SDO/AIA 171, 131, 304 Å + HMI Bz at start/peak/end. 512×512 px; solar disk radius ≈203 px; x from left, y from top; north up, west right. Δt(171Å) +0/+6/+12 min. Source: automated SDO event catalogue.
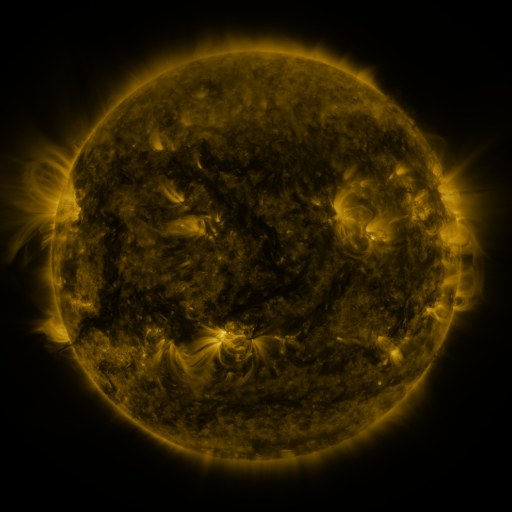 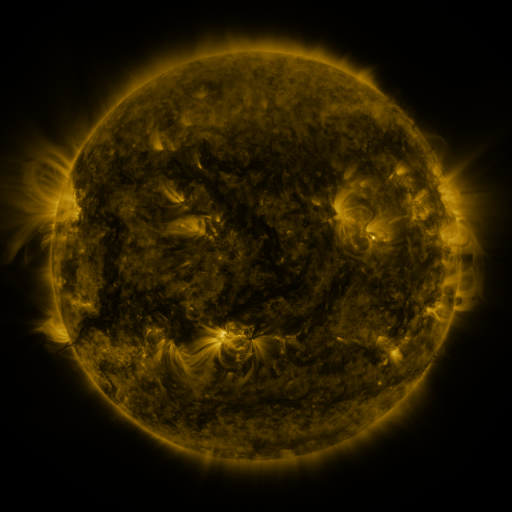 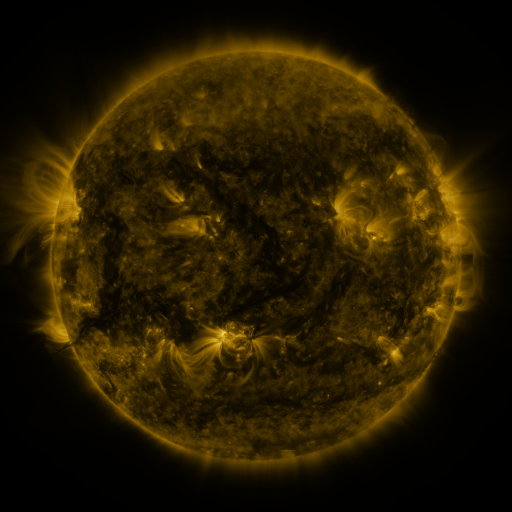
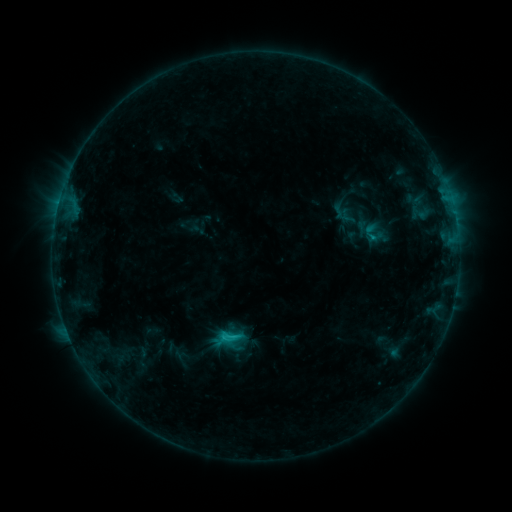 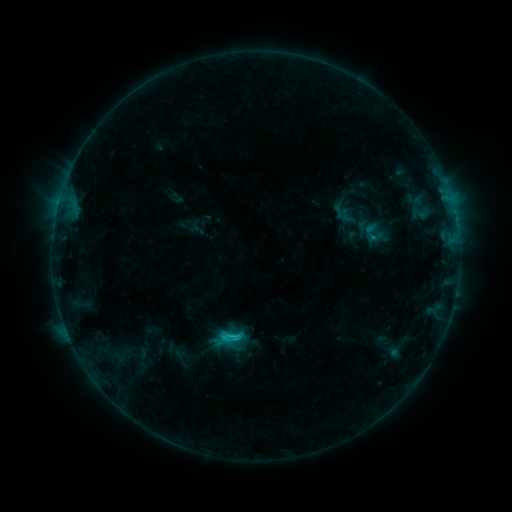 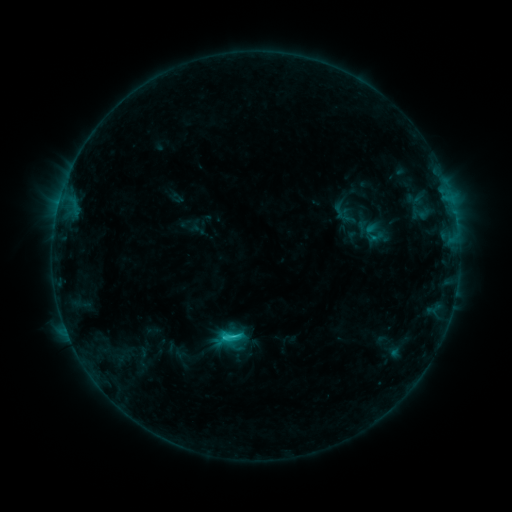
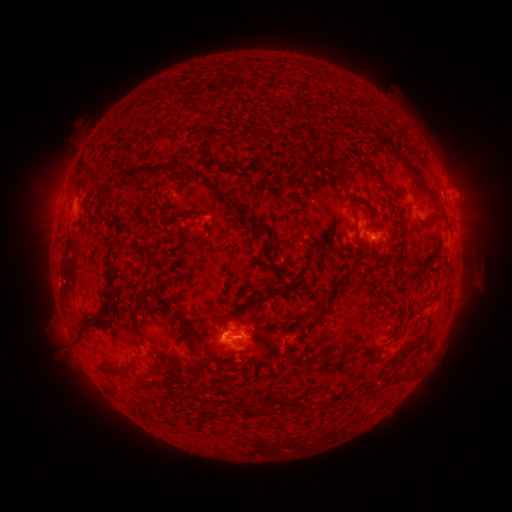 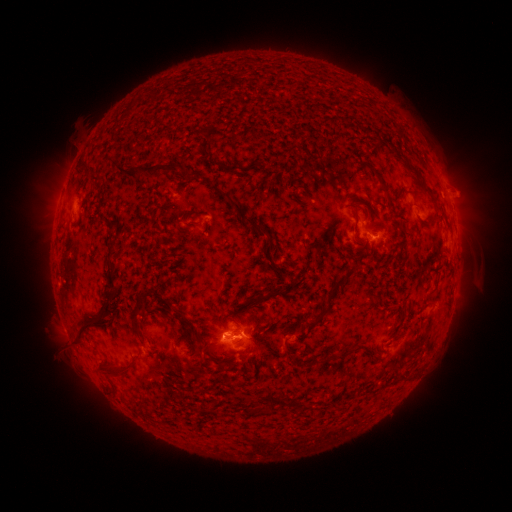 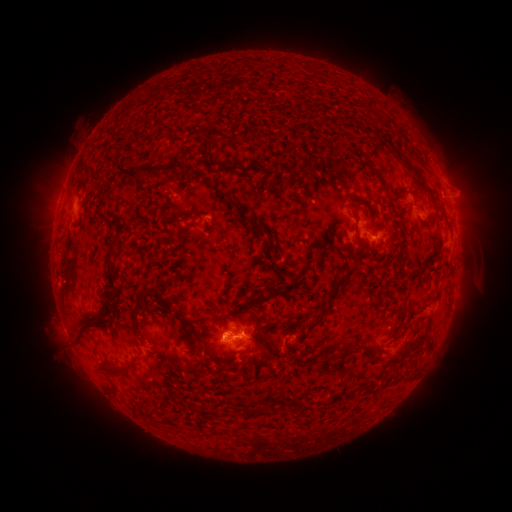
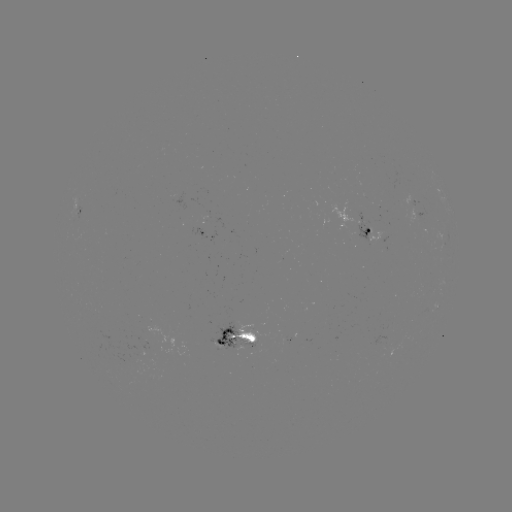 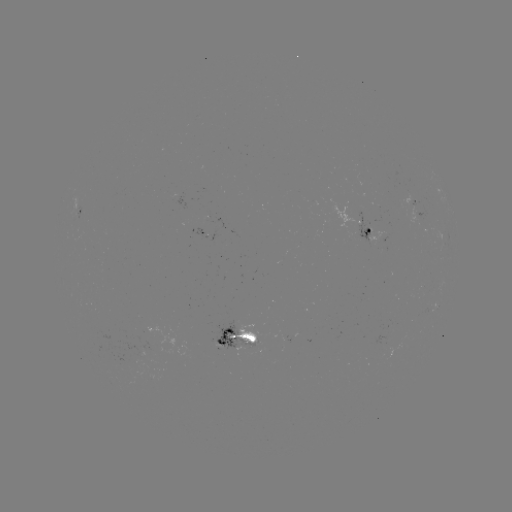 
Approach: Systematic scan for C1.6 flare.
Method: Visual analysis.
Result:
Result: C1.6 flare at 235,336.